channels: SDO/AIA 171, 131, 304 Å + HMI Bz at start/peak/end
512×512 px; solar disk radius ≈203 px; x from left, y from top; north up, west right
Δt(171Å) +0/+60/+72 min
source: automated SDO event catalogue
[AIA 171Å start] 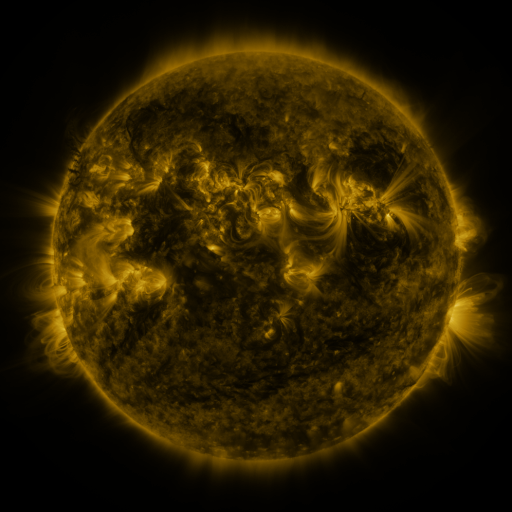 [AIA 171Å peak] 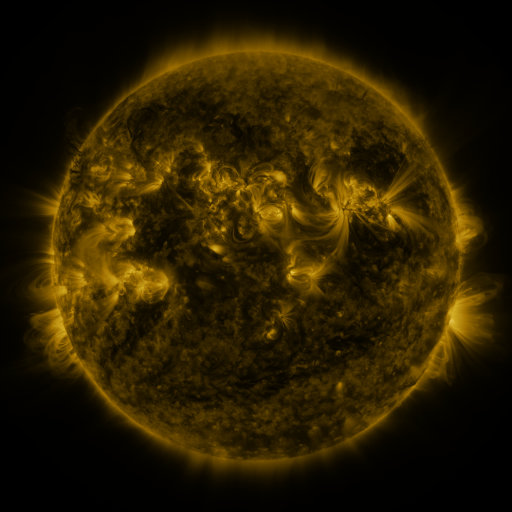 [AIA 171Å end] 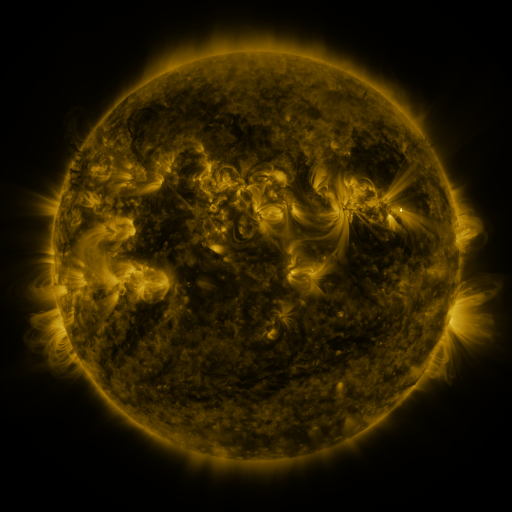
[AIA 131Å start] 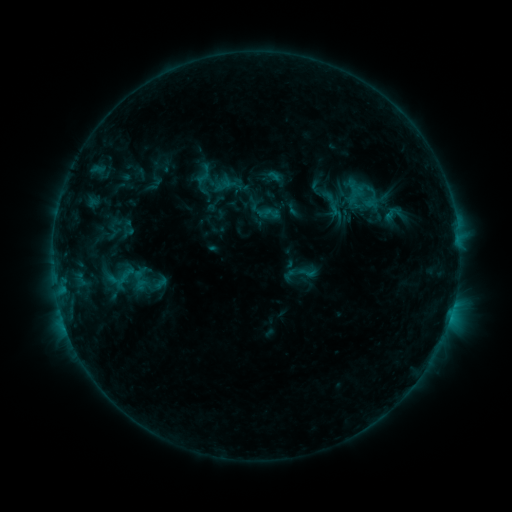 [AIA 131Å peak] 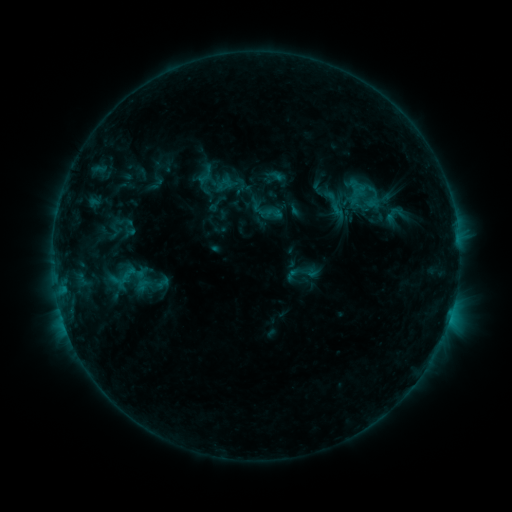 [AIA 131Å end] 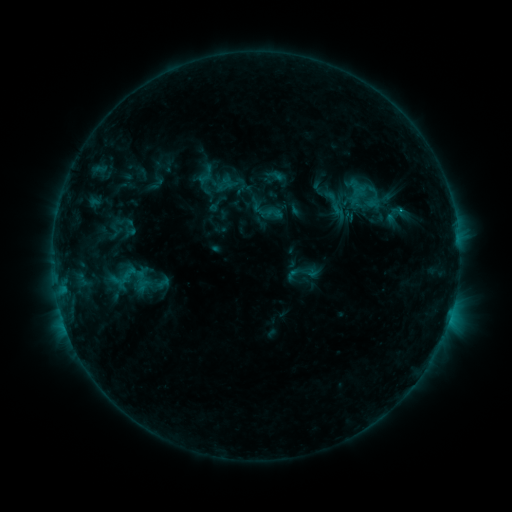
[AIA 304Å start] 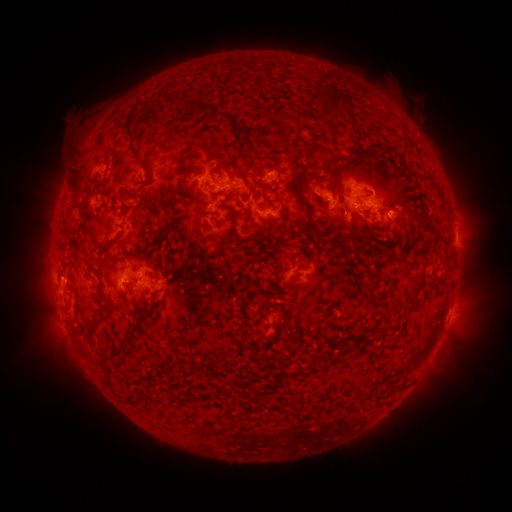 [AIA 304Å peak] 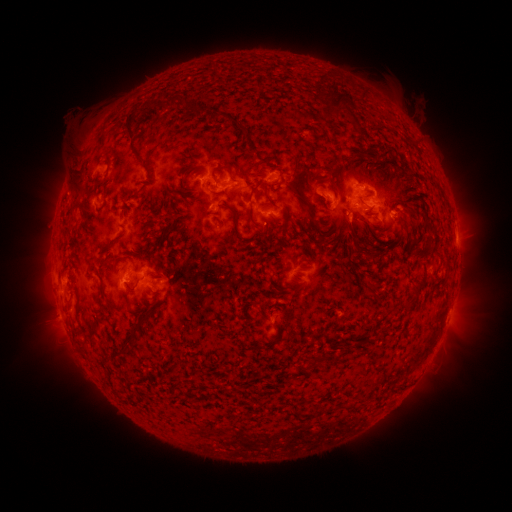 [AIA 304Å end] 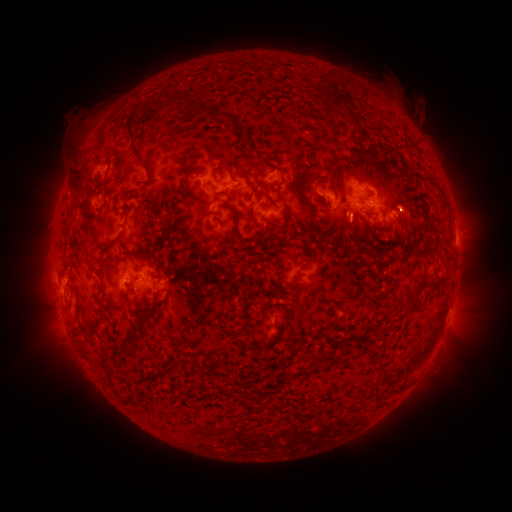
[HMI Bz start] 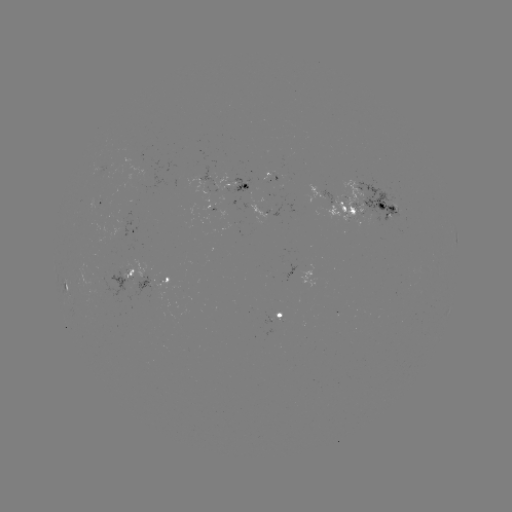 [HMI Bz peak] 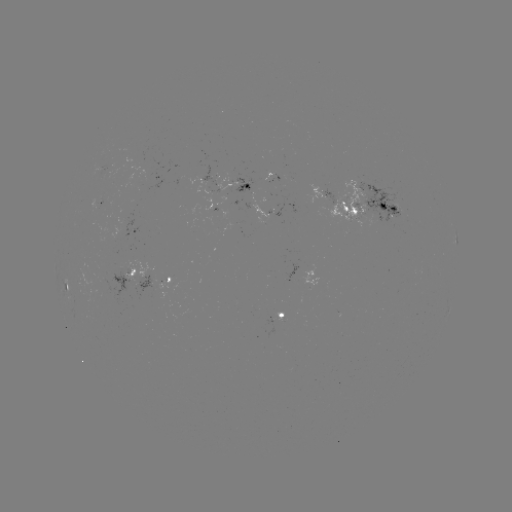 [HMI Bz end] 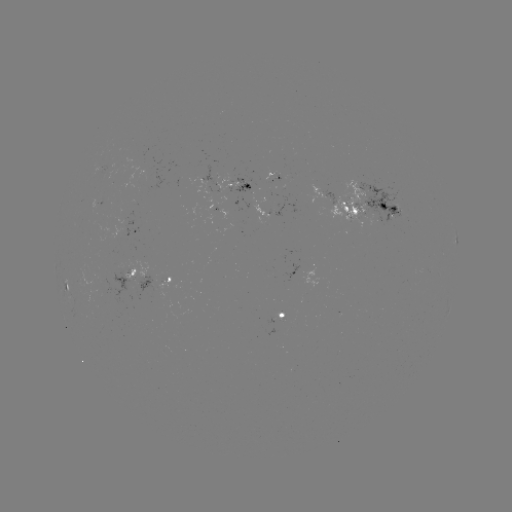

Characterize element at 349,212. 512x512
emerging-flux region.